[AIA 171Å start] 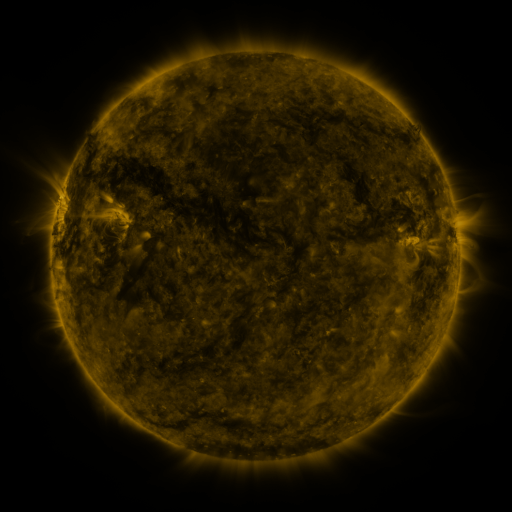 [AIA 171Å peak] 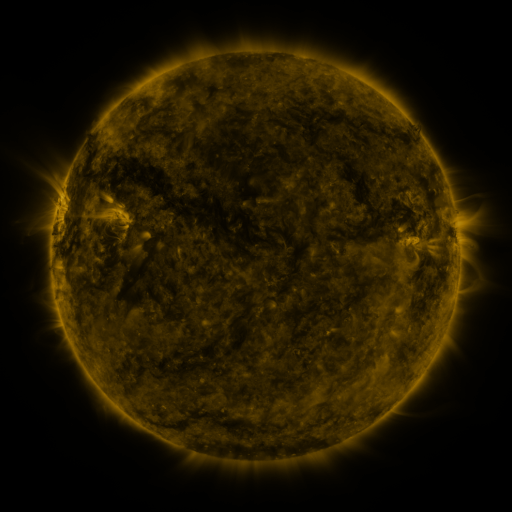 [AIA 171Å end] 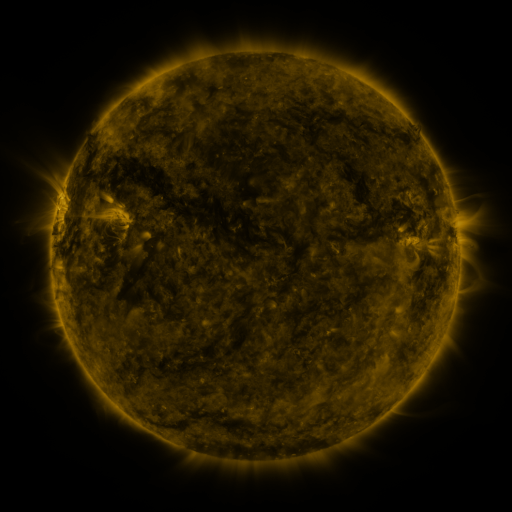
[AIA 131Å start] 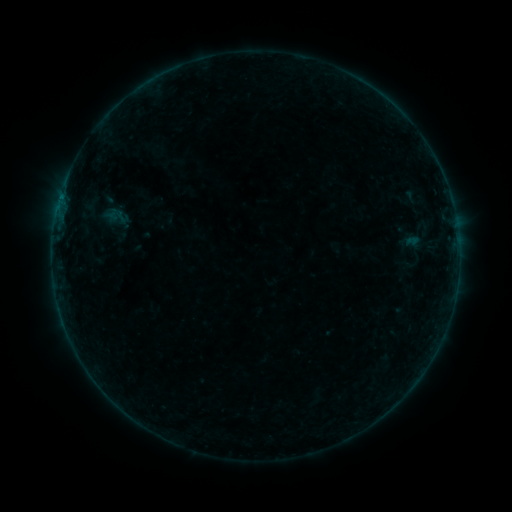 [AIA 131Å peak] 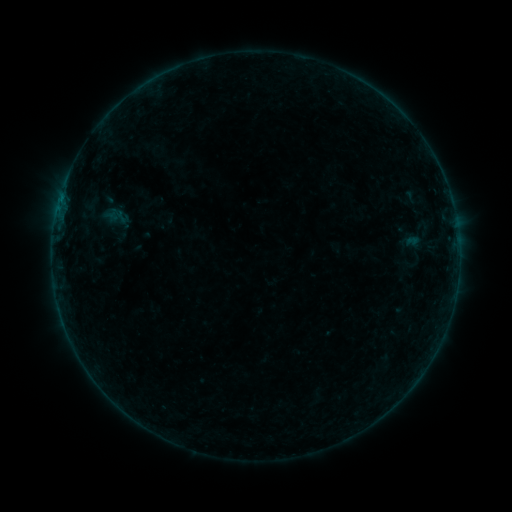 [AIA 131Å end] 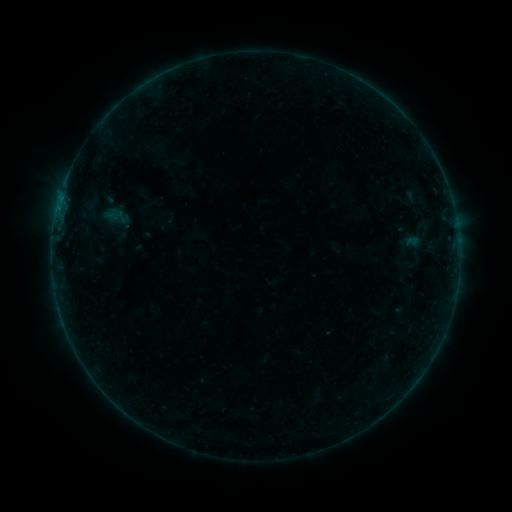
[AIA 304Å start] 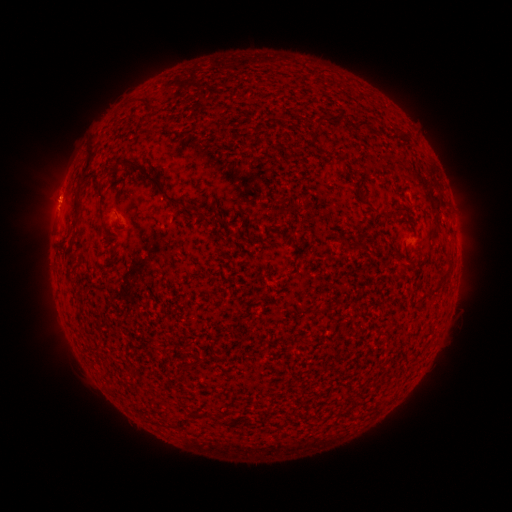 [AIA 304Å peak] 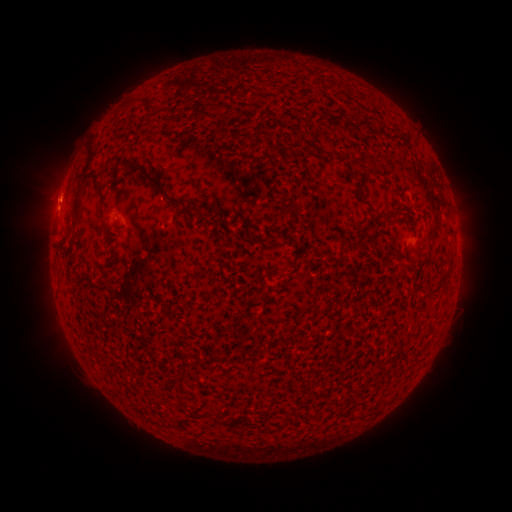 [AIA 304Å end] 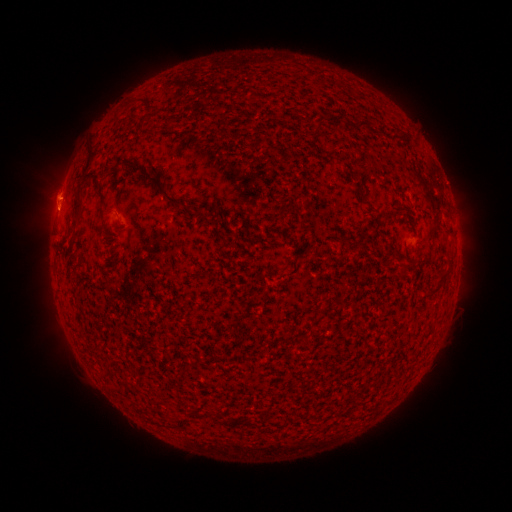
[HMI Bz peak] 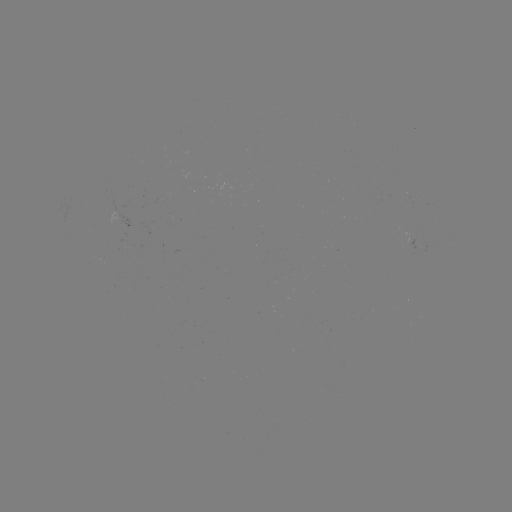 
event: eruption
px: (59, 197)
